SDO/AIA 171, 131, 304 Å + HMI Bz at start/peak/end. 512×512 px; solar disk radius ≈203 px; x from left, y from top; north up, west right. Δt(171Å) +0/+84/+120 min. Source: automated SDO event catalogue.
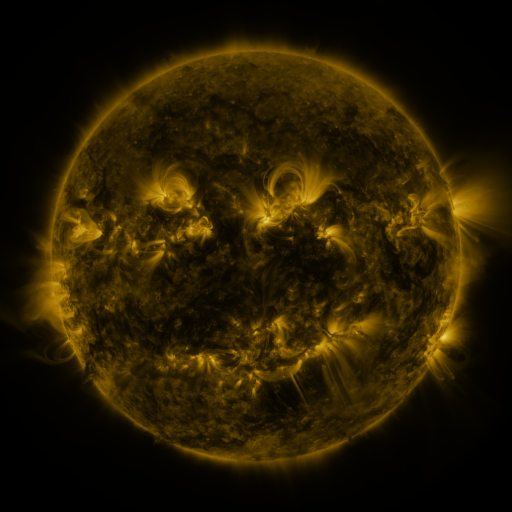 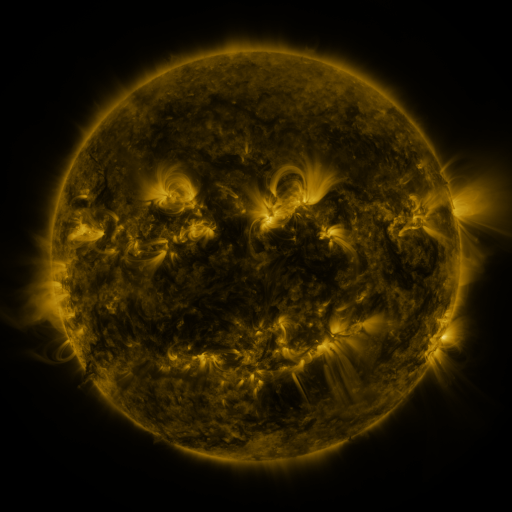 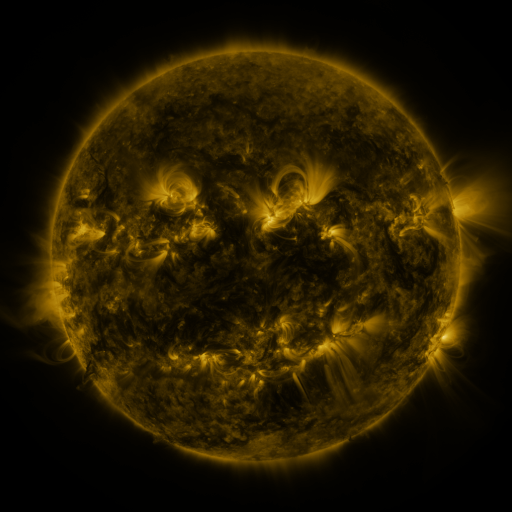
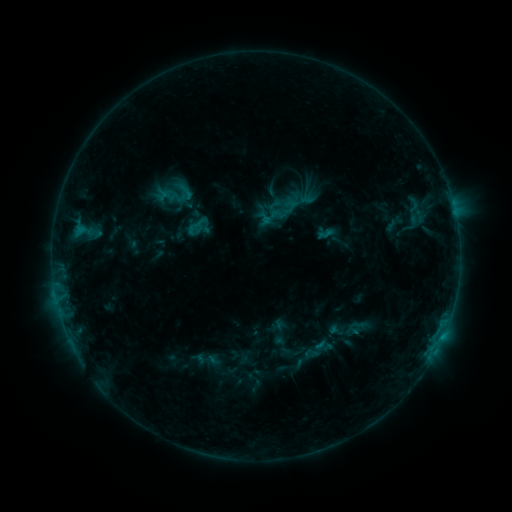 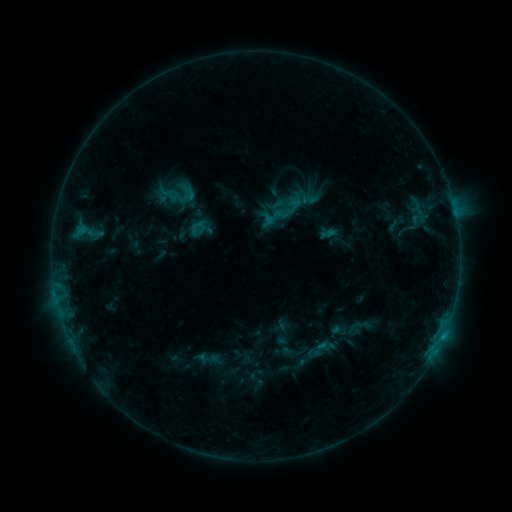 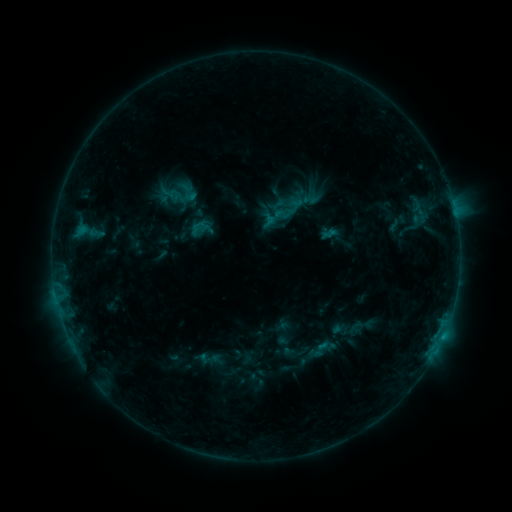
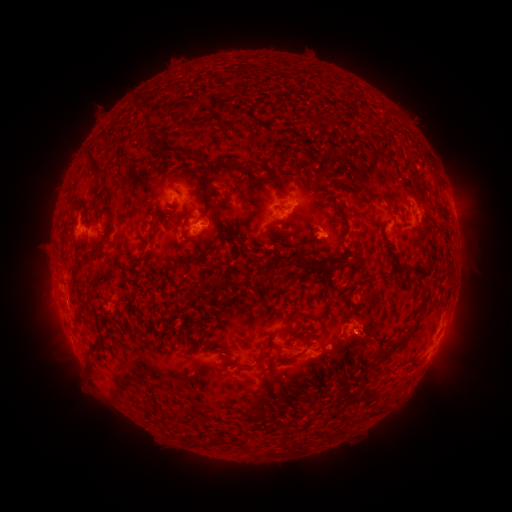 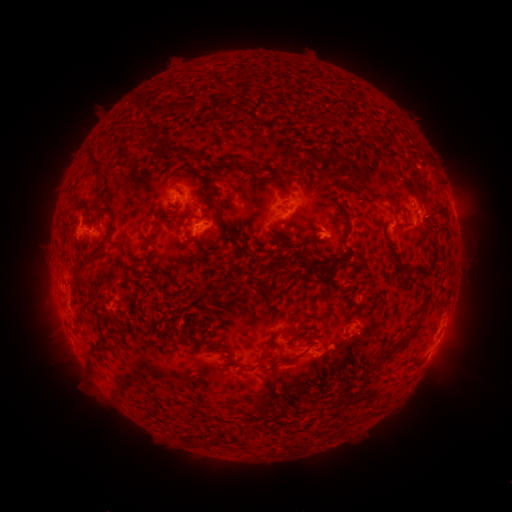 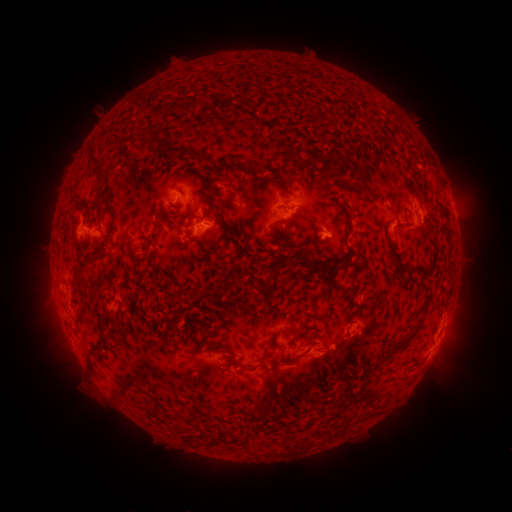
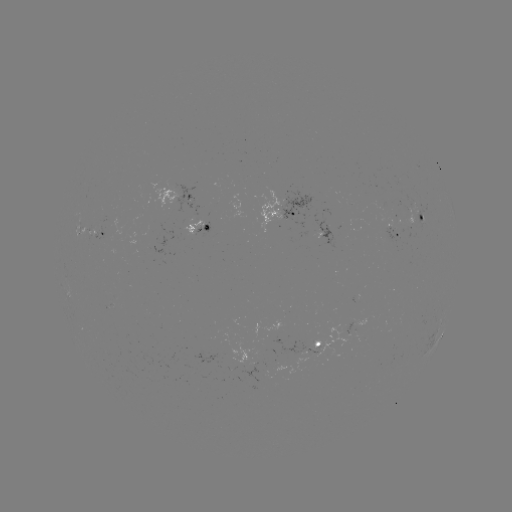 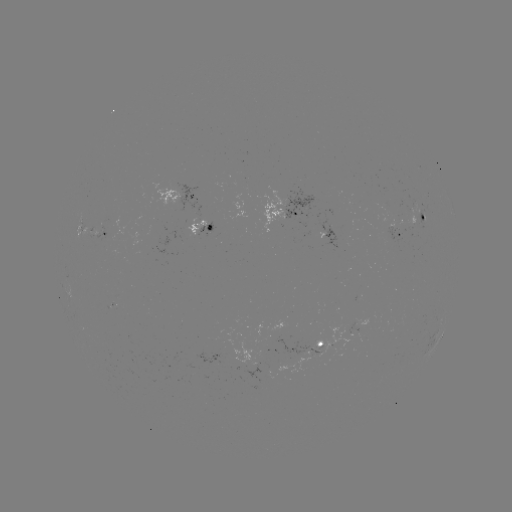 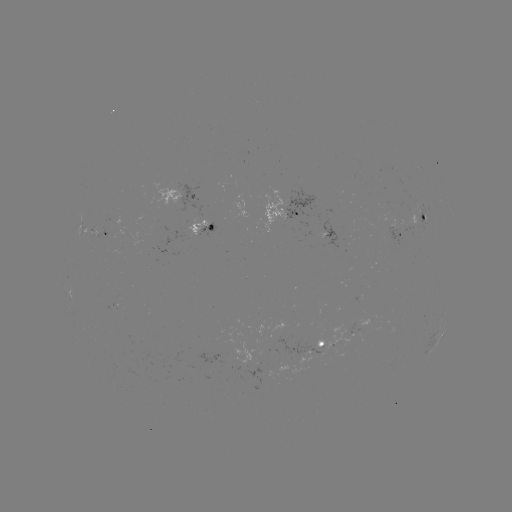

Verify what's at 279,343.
emerging-flux region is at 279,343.